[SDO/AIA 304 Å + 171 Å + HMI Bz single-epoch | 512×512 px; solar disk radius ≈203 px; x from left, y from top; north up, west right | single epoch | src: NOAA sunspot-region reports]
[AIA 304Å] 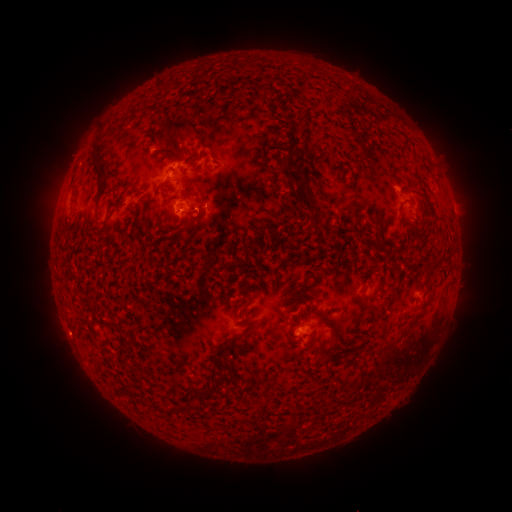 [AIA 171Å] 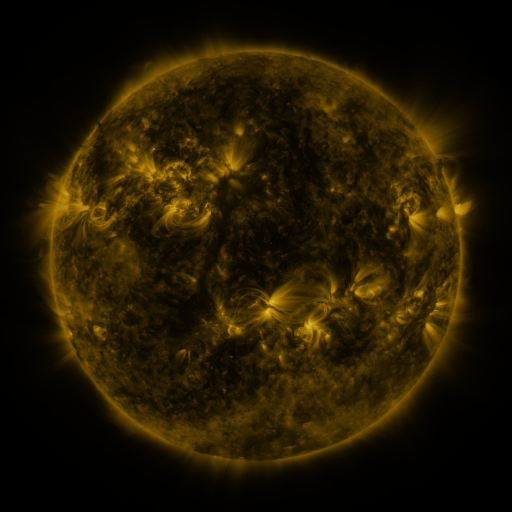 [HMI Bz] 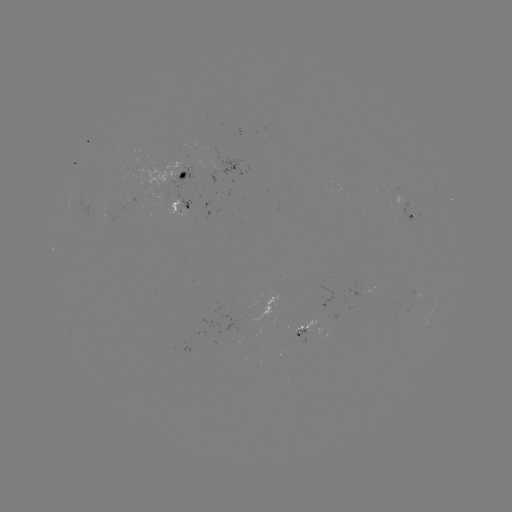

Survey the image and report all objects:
spotted active region: (190, 168)
spotted active region: (180, 208)
spotted active region: (410, 214)
spotted active region: (412, 299)
spotted active region: (306, 330)
